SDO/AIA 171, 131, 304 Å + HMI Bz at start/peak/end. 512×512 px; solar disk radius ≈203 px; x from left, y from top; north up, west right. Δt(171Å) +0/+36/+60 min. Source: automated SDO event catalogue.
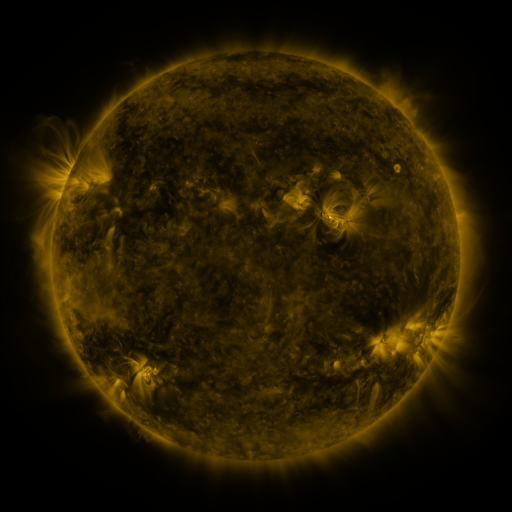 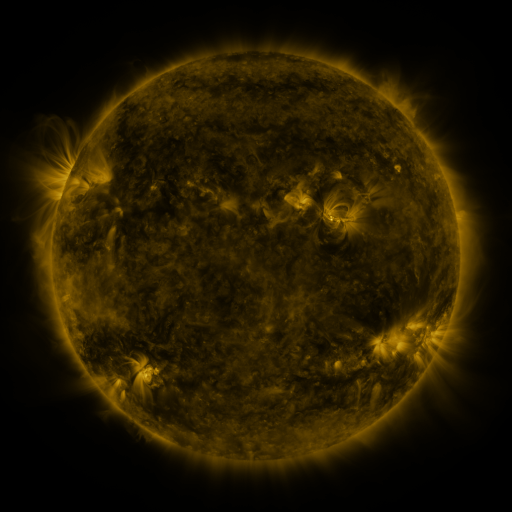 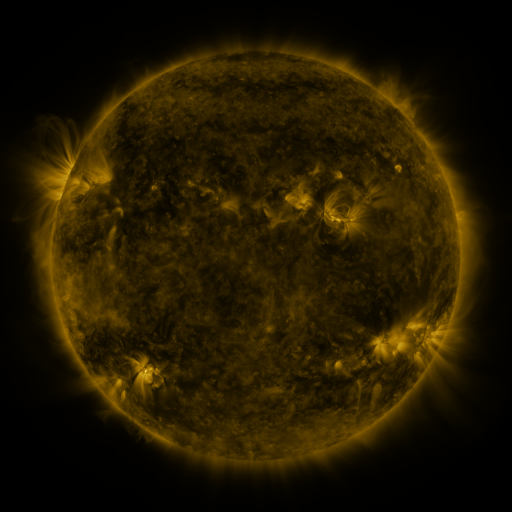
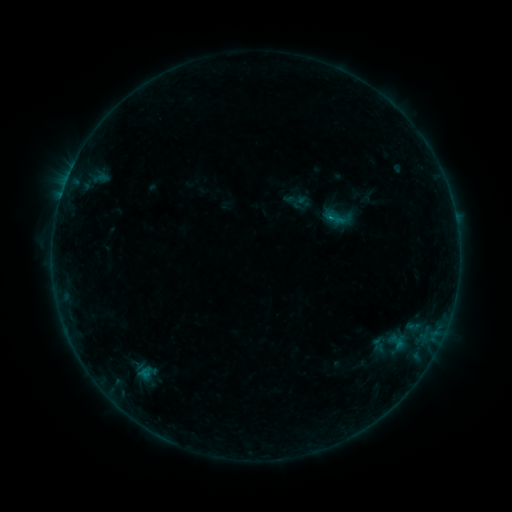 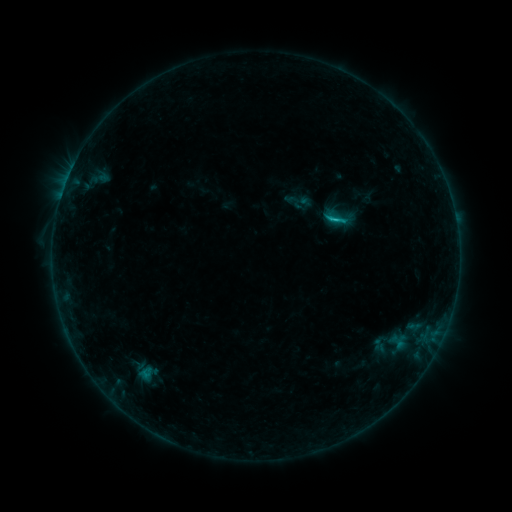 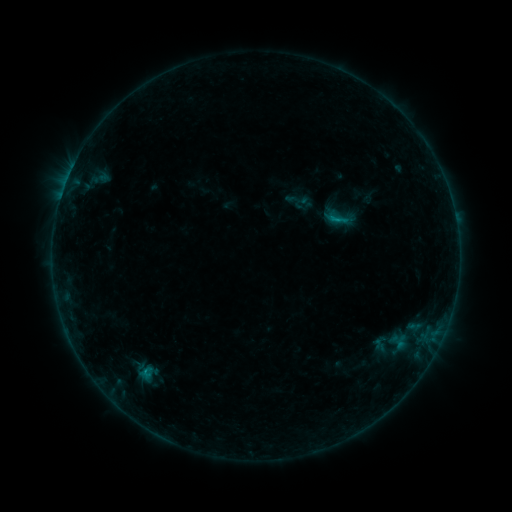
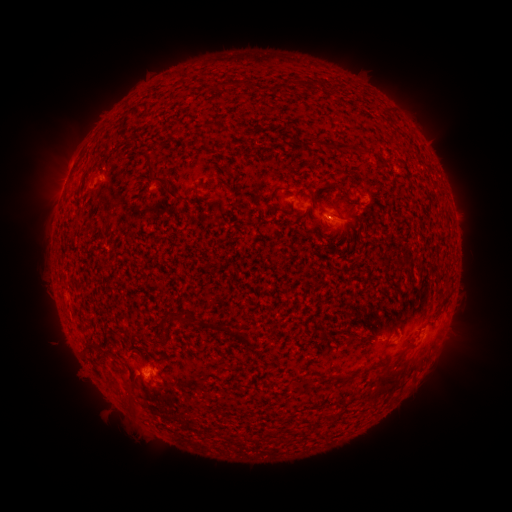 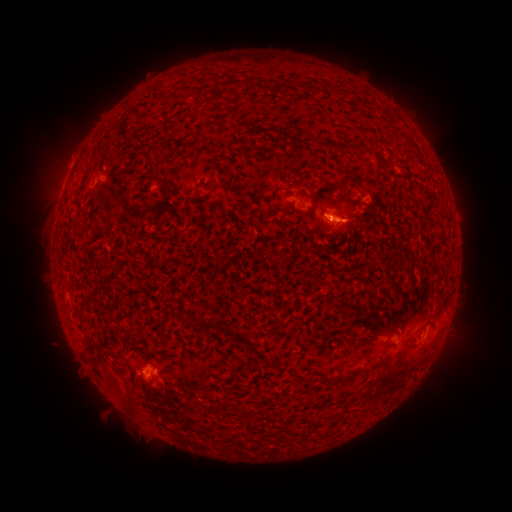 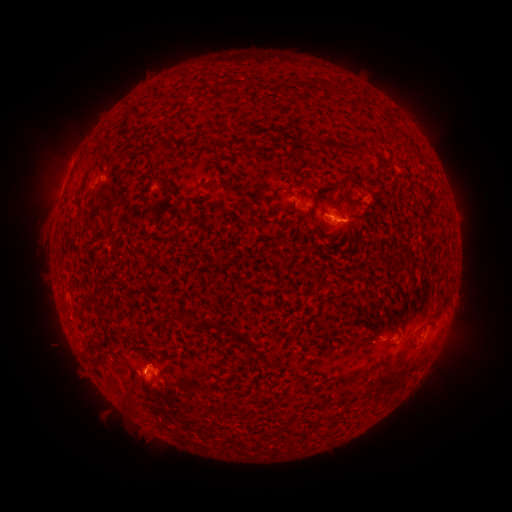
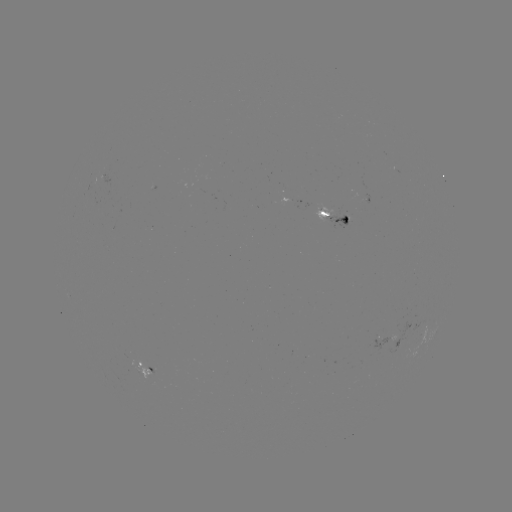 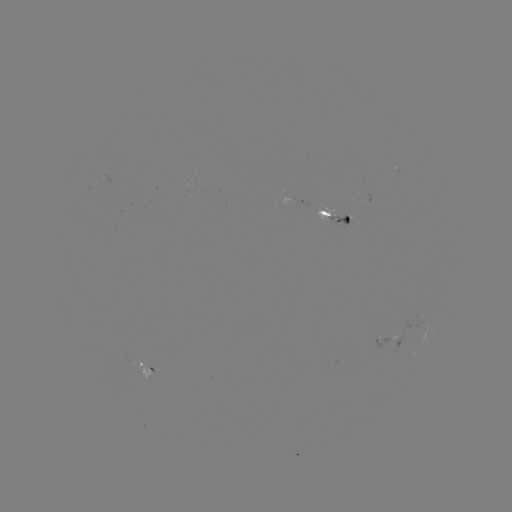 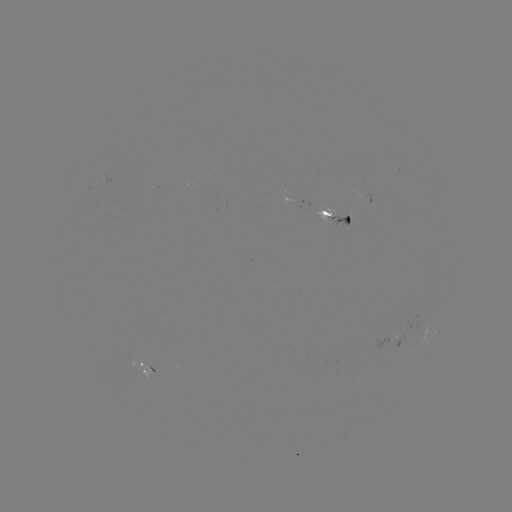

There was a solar flare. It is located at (327, 222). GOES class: B9.5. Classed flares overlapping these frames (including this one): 1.